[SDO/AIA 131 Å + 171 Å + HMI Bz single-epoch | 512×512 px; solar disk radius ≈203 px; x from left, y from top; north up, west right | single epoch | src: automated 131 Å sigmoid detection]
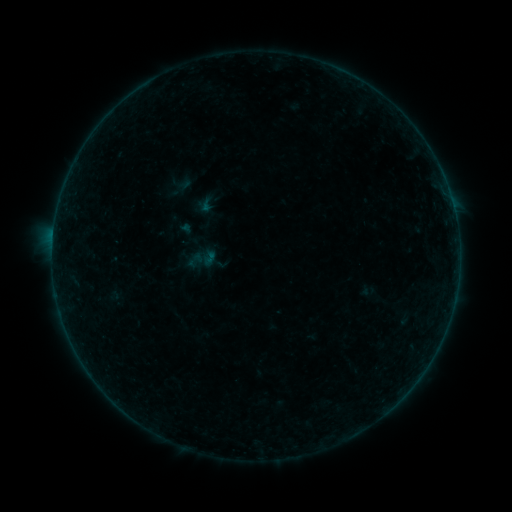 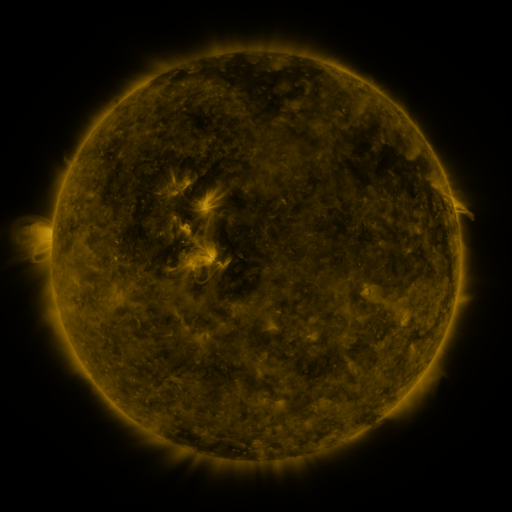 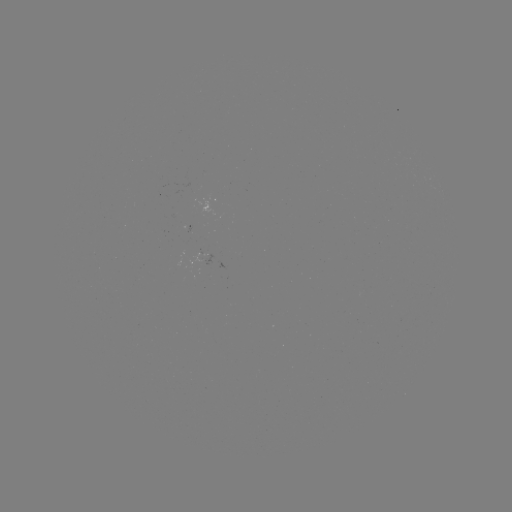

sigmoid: (186, 243, 218, 277)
